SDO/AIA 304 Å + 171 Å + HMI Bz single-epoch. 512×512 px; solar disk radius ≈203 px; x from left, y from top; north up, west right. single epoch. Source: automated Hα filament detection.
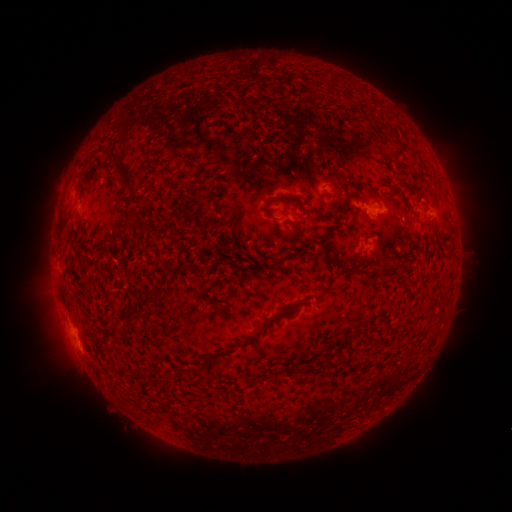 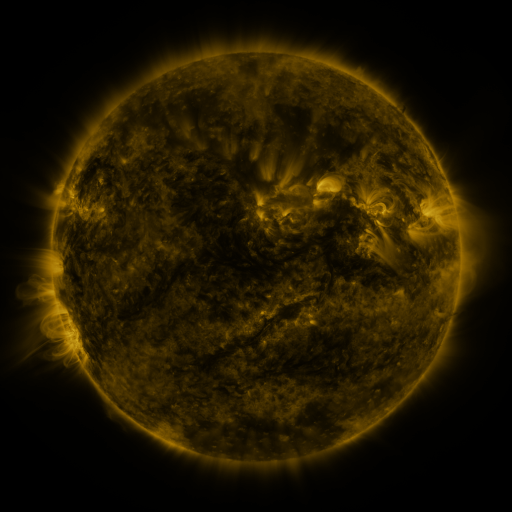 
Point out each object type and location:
filament: (126, 172)
filament: (392, 193)
filament: (274, 199)
filament: (129, 222)
filament: (307, 254)
filament: (359, 274)
filament: (322, 293)
filament: (150, 294)
filament: (282, 314)
